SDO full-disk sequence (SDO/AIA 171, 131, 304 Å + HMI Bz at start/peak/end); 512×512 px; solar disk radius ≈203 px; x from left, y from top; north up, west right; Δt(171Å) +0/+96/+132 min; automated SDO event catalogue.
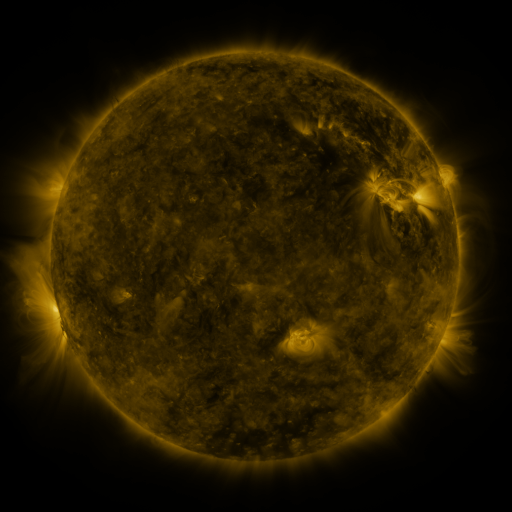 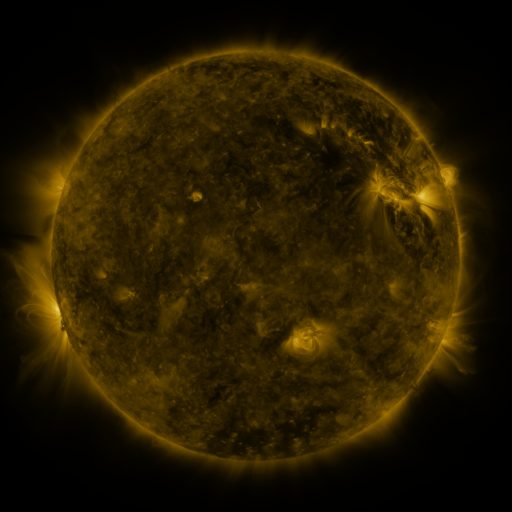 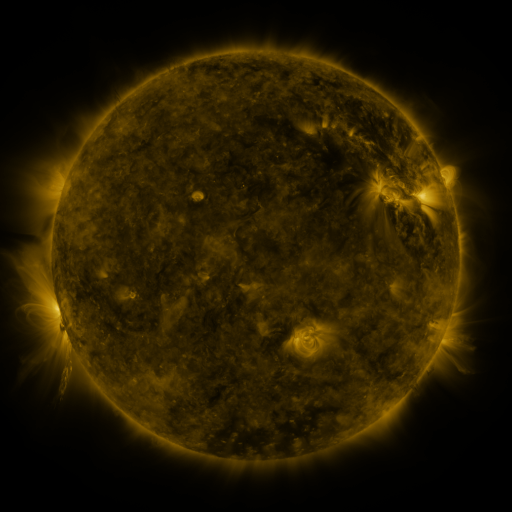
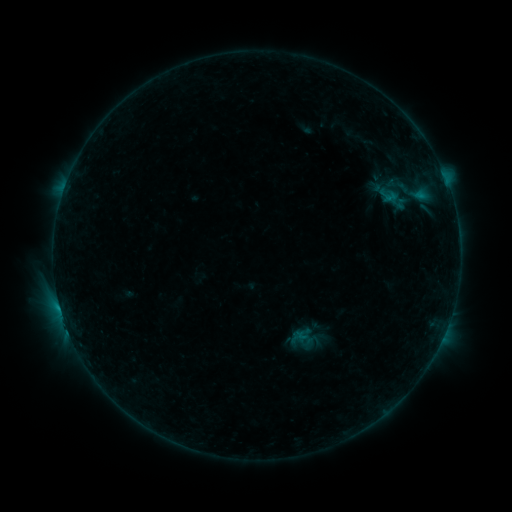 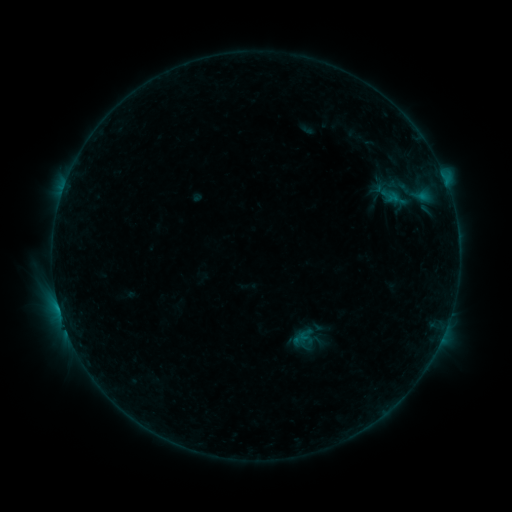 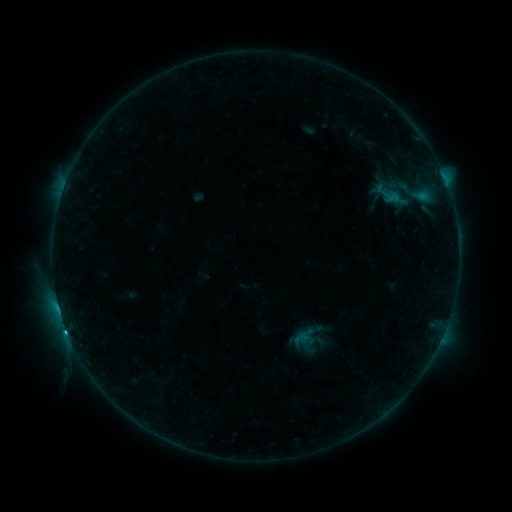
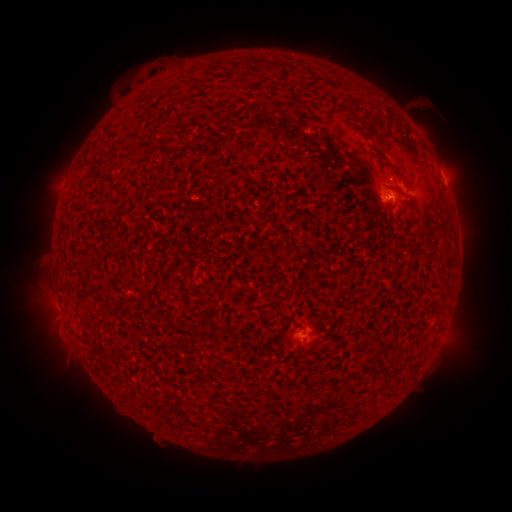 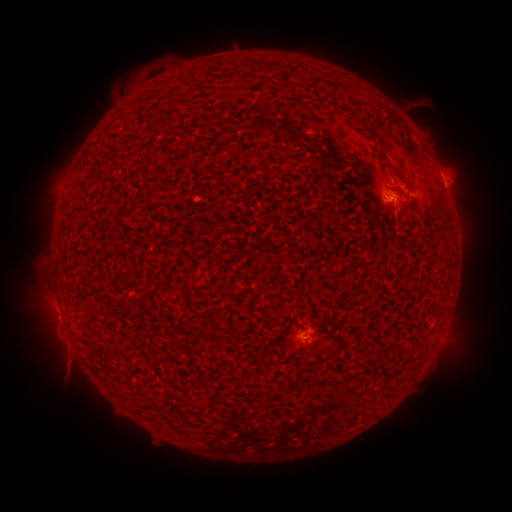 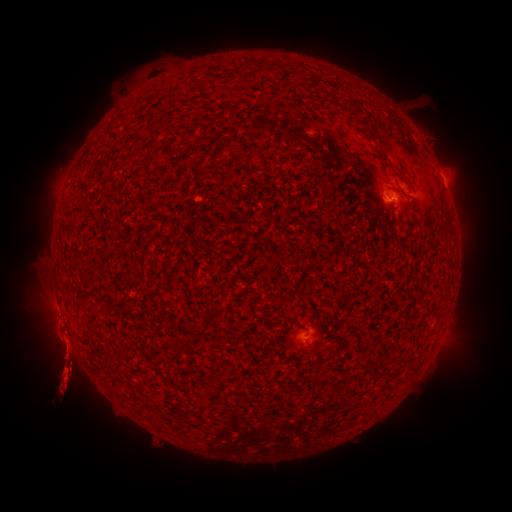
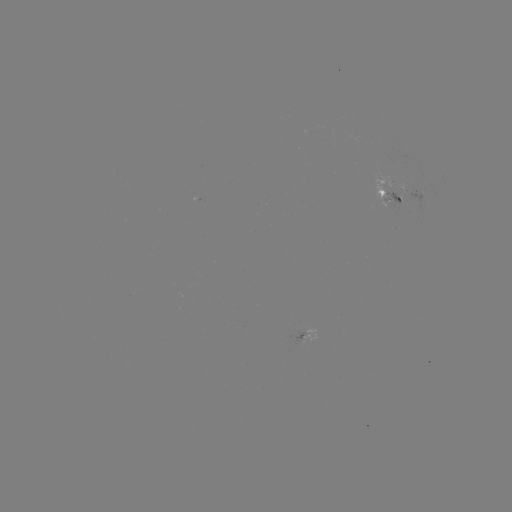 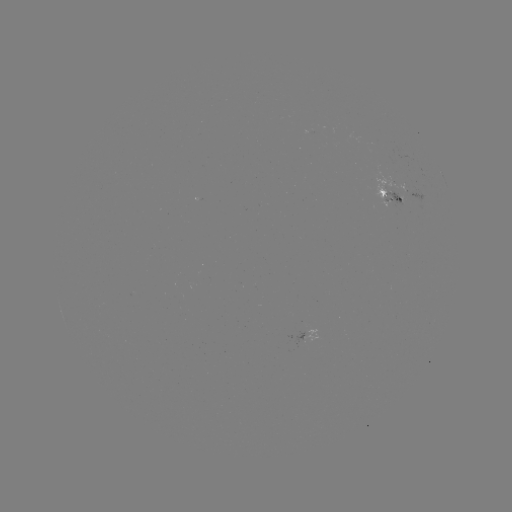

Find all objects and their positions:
emerging-flux region: (397, 198)
